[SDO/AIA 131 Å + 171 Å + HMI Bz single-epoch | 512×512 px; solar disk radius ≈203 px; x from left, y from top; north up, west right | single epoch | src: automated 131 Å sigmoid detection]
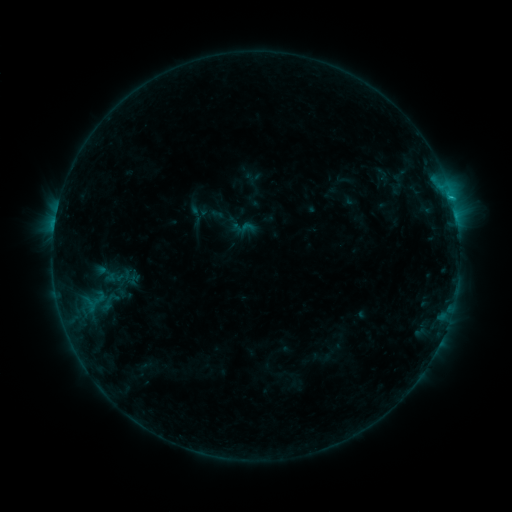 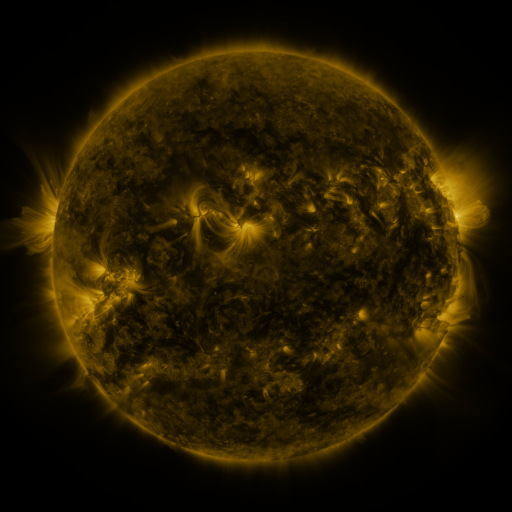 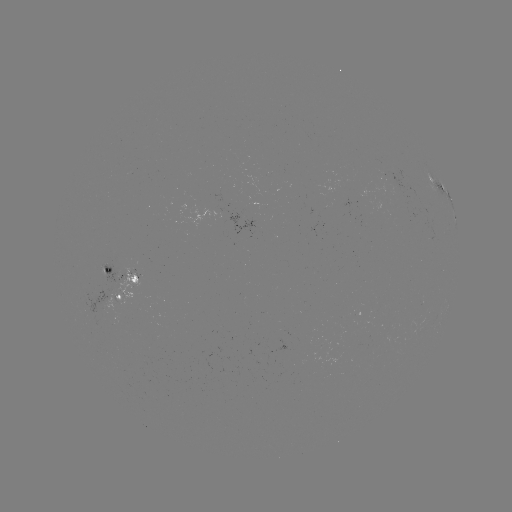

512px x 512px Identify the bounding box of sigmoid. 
[83, 289, 113, 311].